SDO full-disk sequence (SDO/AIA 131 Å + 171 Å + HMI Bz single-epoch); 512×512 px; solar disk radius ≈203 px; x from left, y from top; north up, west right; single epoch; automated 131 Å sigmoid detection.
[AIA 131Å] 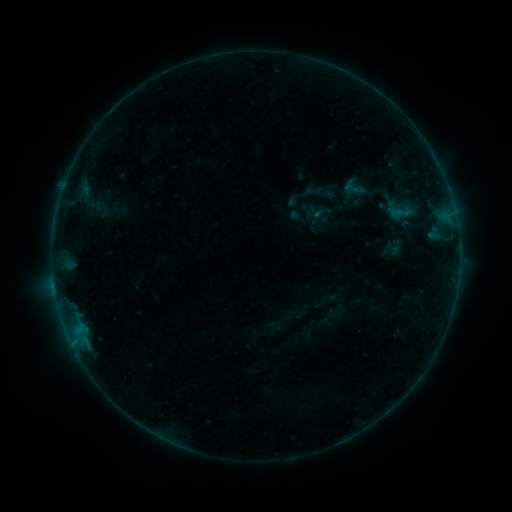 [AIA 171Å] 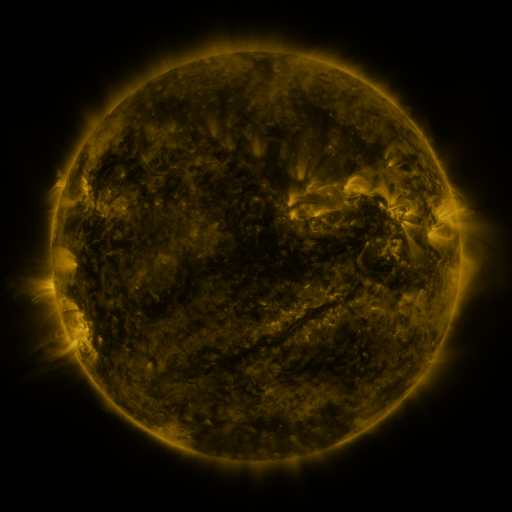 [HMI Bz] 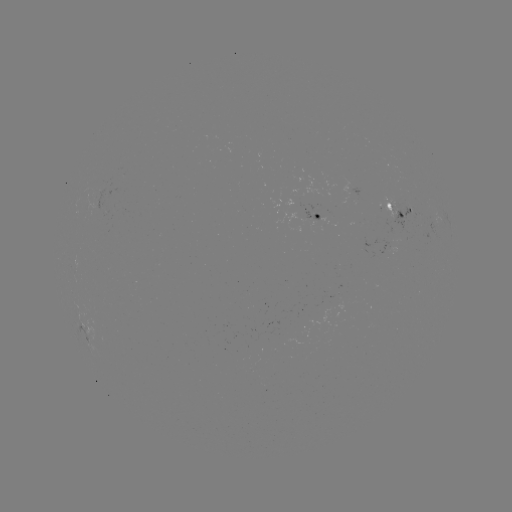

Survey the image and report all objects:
sigmoid: (315, 212)
